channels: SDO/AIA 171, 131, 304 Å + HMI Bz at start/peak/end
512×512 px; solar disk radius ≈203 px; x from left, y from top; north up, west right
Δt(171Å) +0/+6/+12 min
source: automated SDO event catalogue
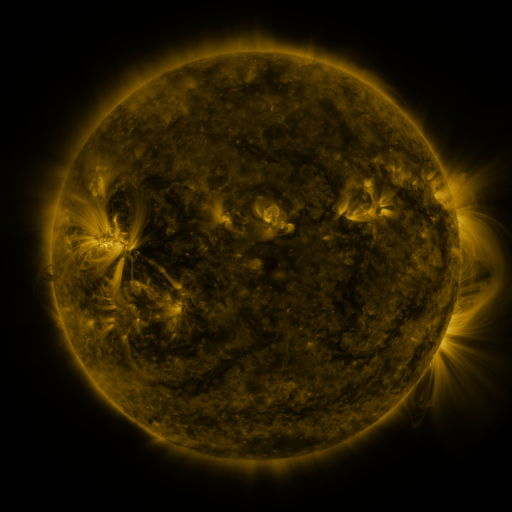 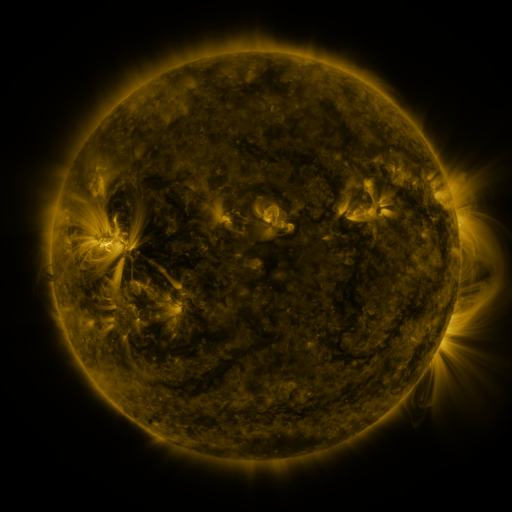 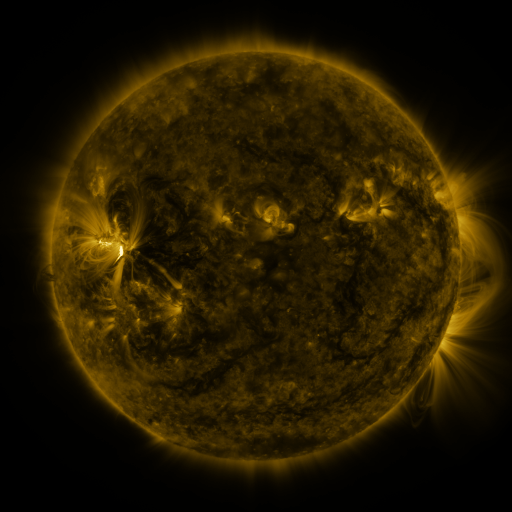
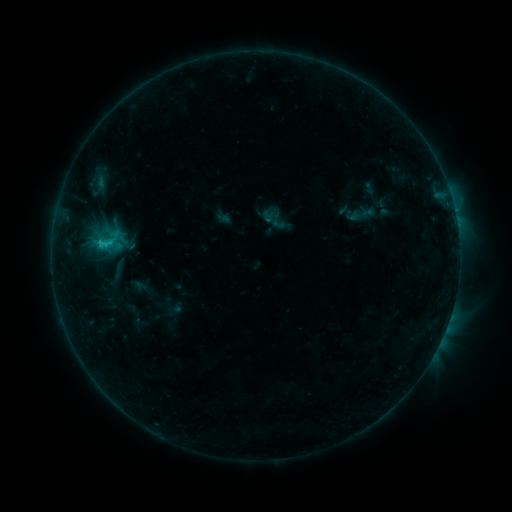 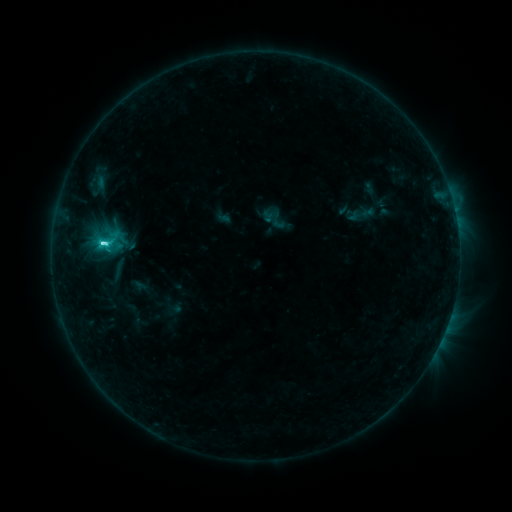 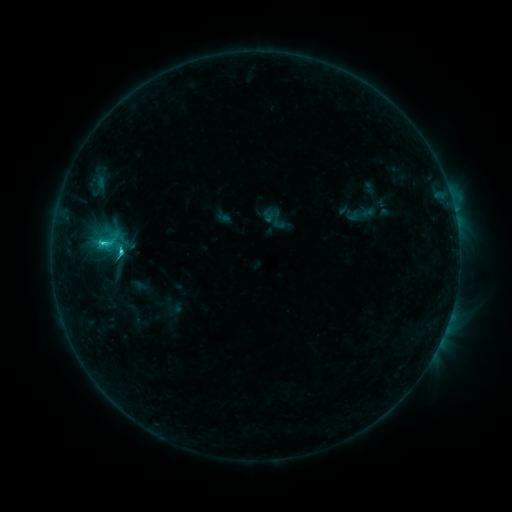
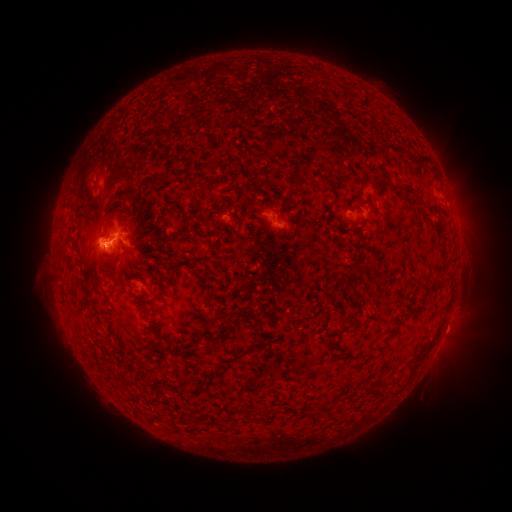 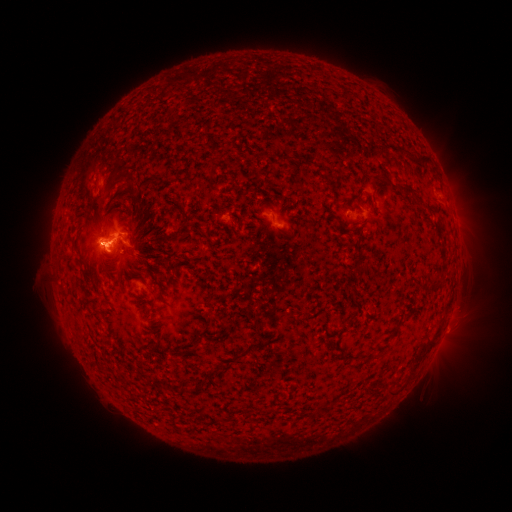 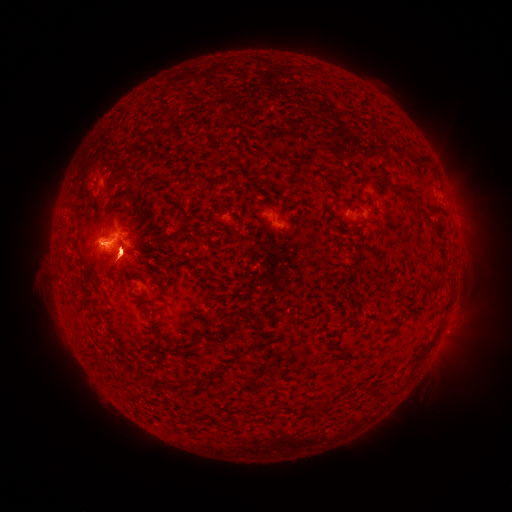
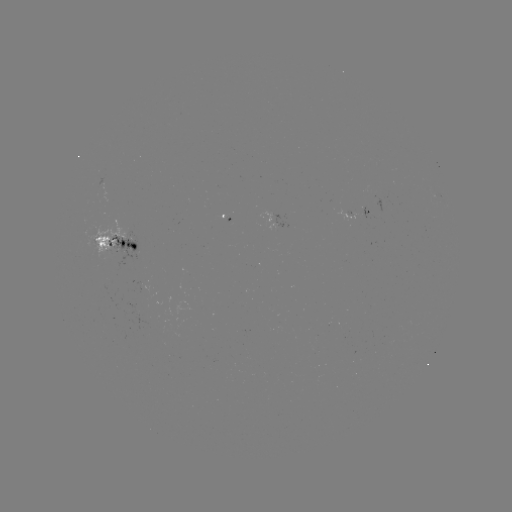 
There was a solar flare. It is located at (105, 245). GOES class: C2.7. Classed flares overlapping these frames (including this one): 1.